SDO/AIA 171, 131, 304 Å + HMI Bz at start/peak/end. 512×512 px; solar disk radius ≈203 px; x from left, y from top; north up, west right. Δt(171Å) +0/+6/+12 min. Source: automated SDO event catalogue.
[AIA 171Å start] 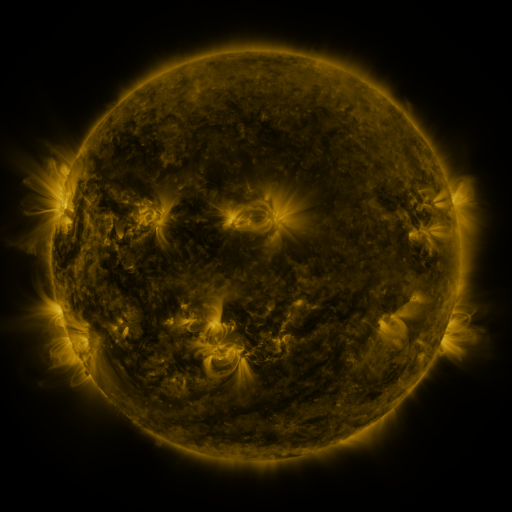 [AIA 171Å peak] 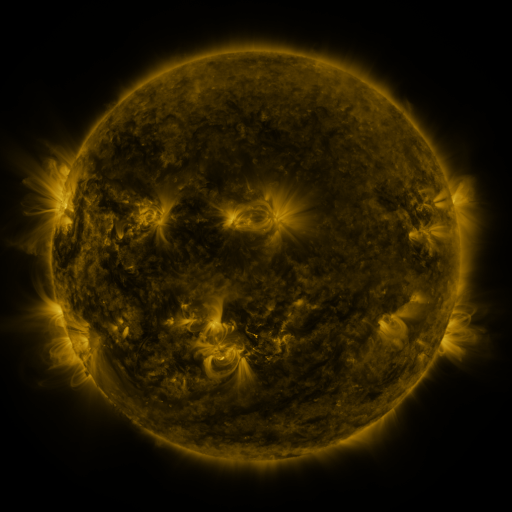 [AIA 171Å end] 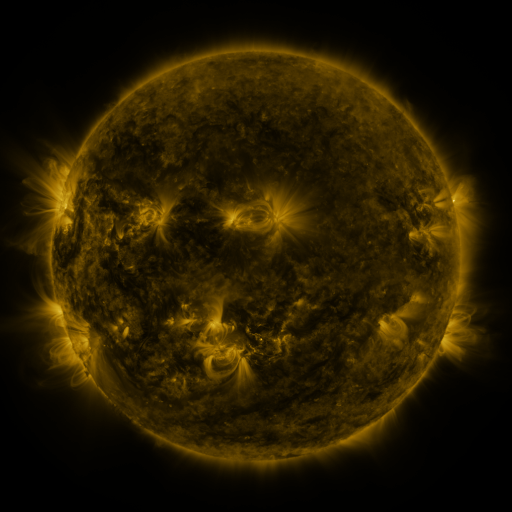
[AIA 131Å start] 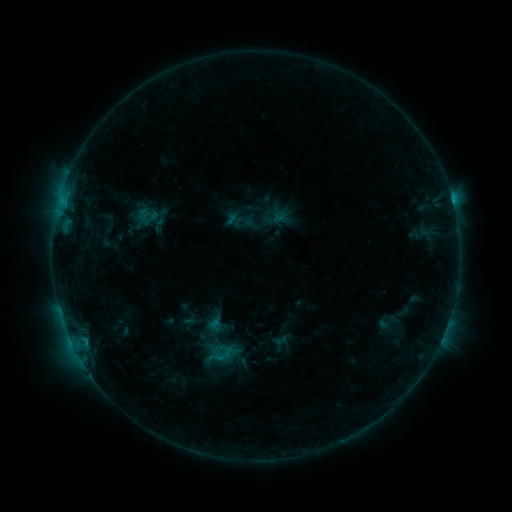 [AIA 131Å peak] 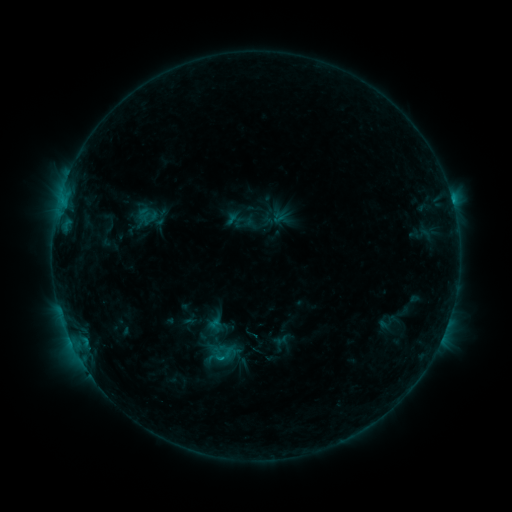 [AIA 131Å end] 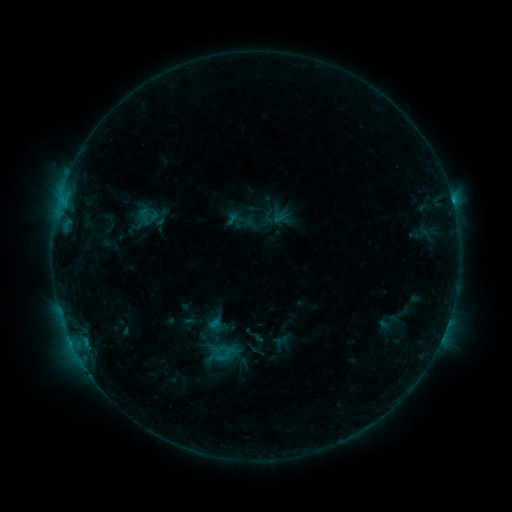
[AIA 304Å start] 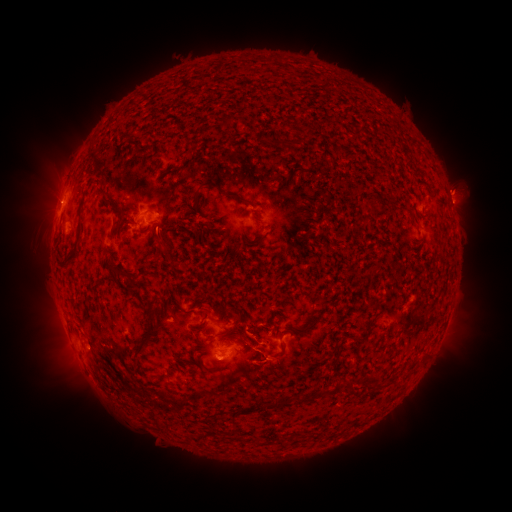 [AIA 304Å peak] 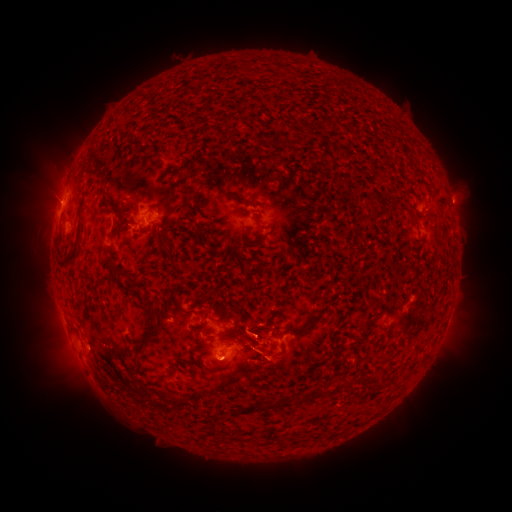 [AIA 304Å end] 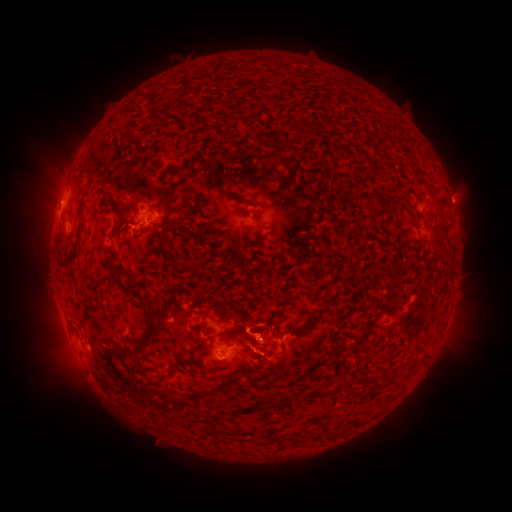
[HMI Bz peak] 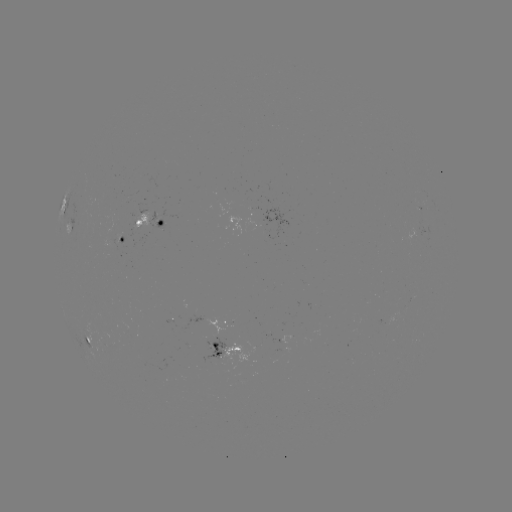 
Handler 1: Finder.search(eruption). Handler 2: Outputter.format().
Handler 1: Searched eruption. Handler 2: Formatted (273, 365).